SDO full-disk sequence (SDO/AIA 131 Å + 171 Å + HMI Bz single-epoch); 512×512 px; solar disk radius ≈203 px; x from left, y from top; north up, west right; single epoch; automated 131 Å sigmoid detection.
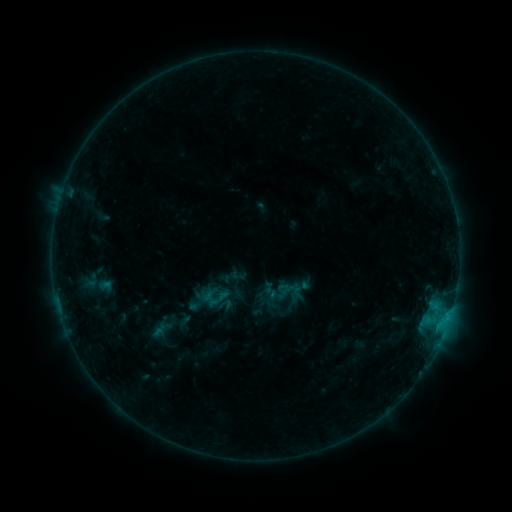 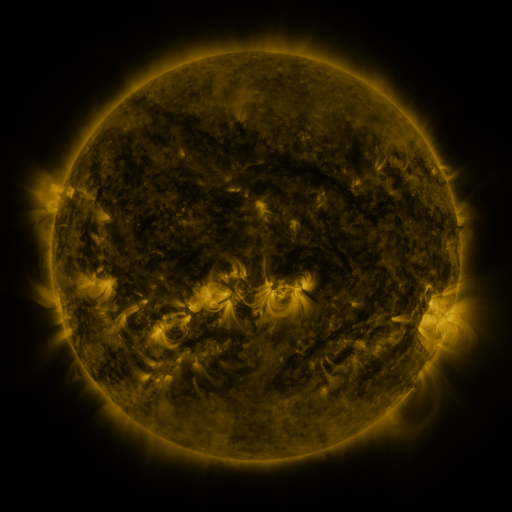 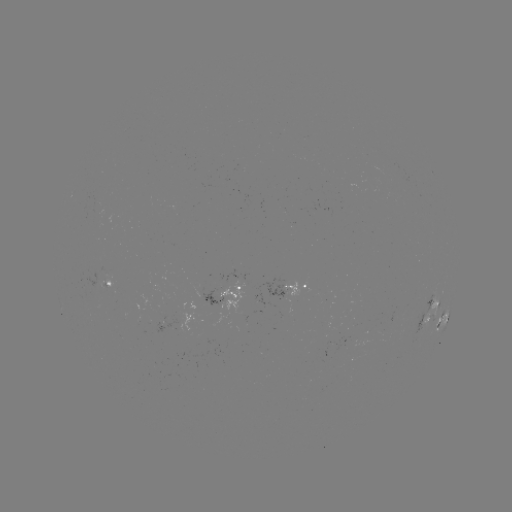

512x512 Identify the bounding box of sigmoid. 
[206, 289, 229, 310].